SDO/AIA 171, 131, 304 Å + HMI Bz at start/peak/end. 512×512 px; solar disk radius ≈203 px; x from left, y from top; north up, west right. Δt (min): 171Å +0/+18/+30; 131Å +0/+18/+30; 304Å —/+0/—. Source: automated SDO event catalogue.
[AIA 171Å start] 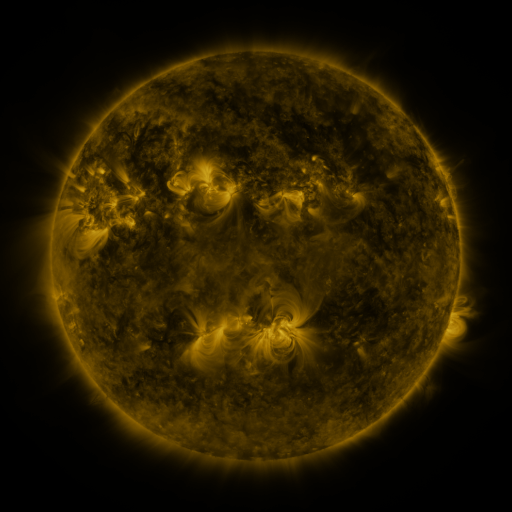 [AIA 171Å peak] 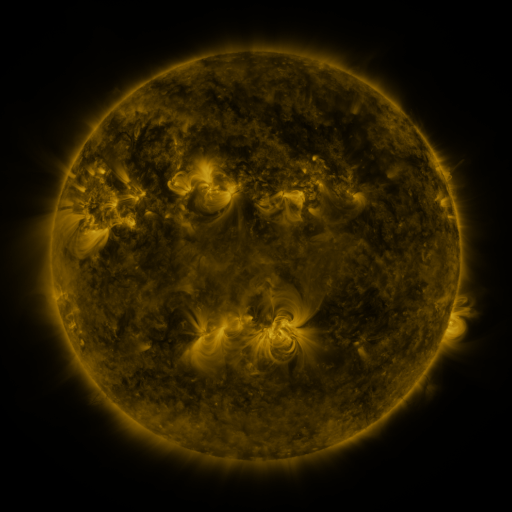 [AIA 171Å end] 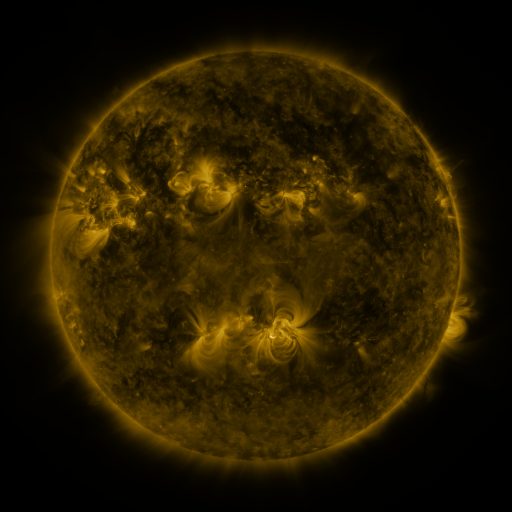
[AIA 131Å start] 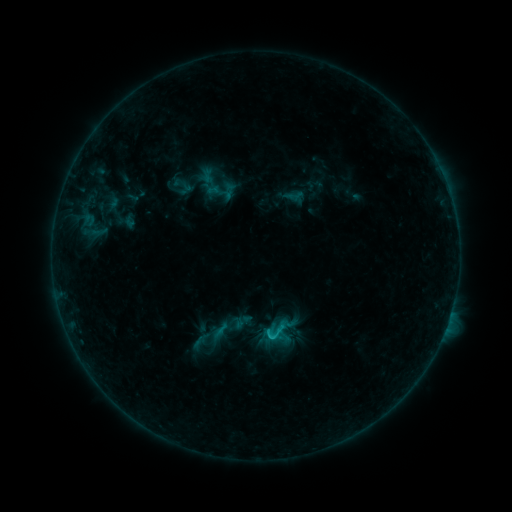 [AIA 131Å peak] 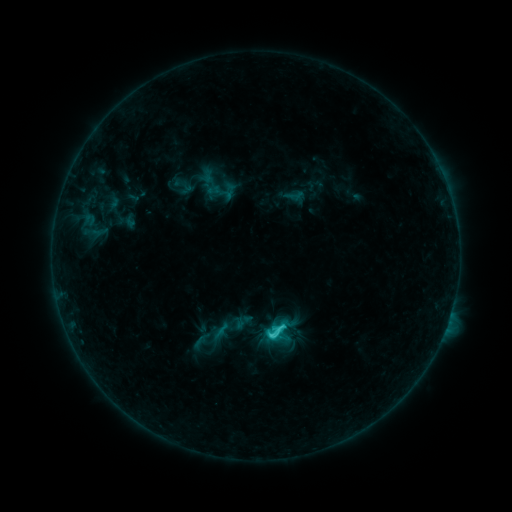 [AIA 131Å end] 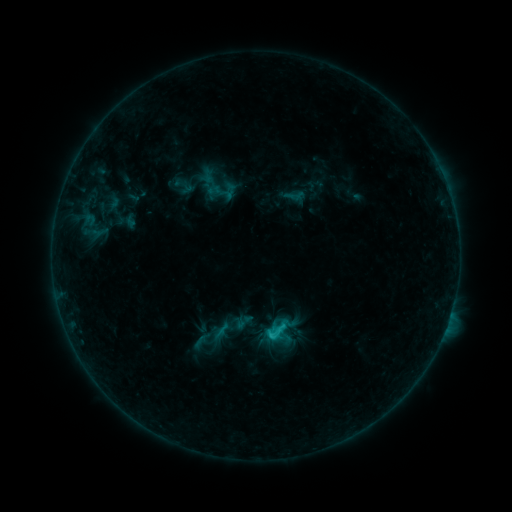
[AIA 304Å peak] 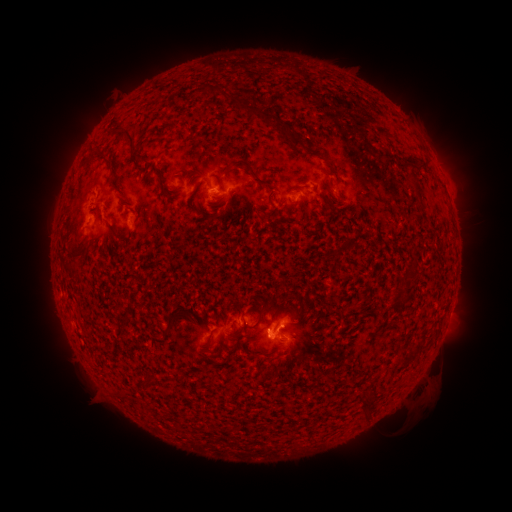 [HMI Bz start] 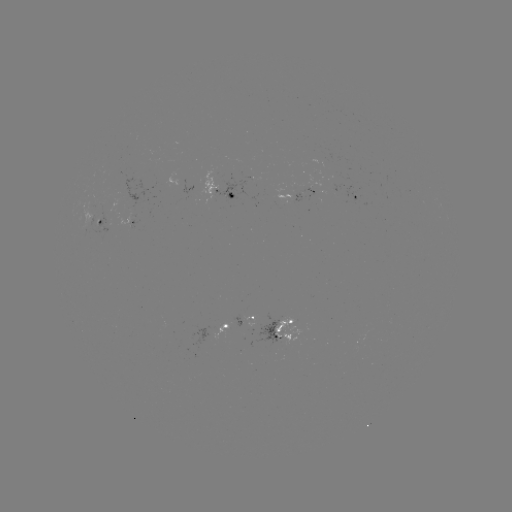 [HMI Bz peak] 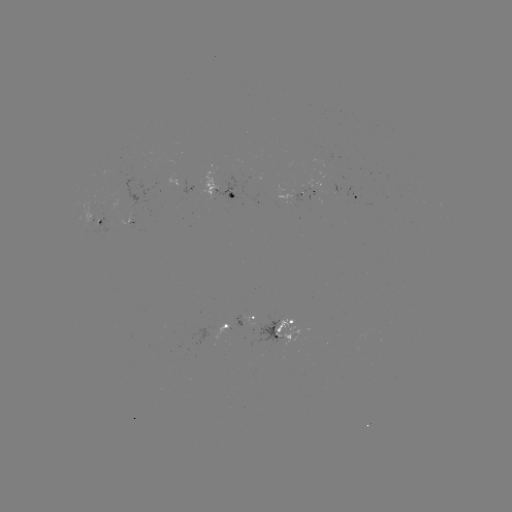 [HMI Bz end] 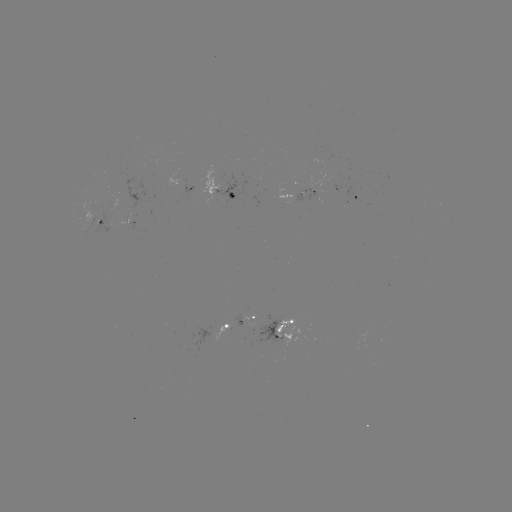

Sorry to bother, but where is C2.5 flare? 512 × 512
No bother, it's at [269, 334].